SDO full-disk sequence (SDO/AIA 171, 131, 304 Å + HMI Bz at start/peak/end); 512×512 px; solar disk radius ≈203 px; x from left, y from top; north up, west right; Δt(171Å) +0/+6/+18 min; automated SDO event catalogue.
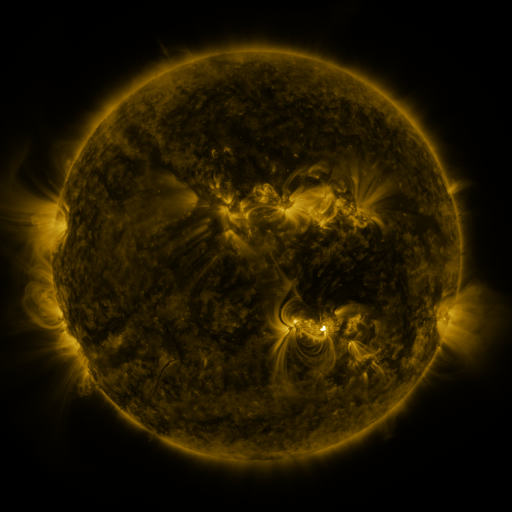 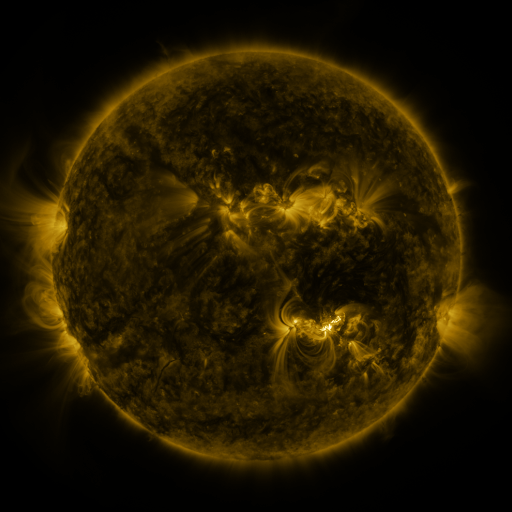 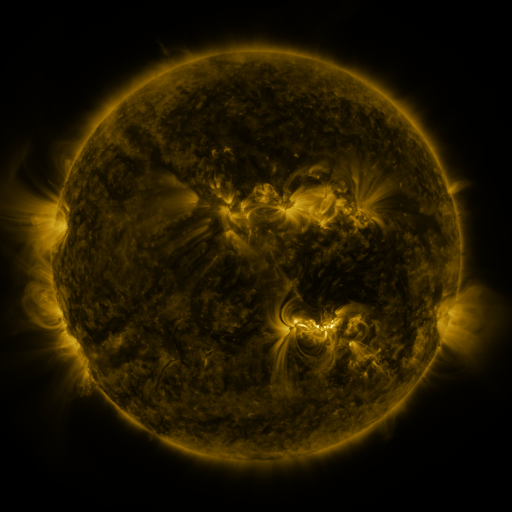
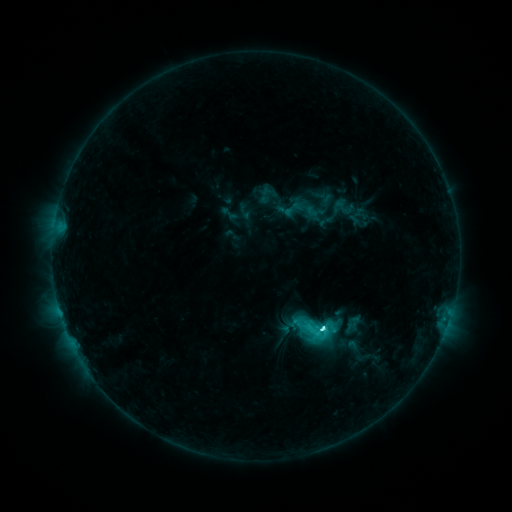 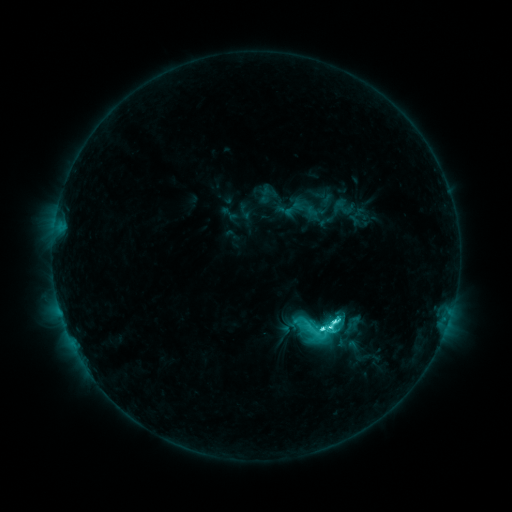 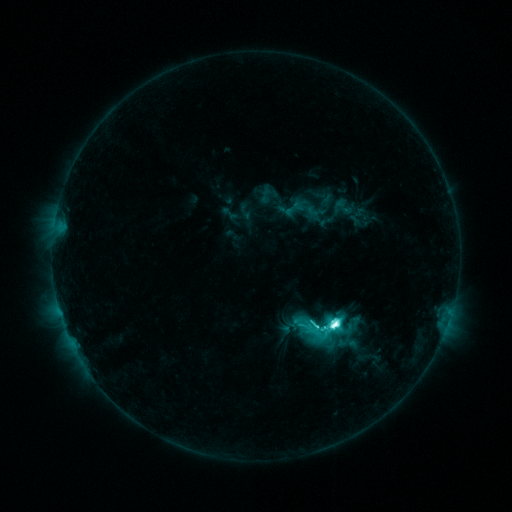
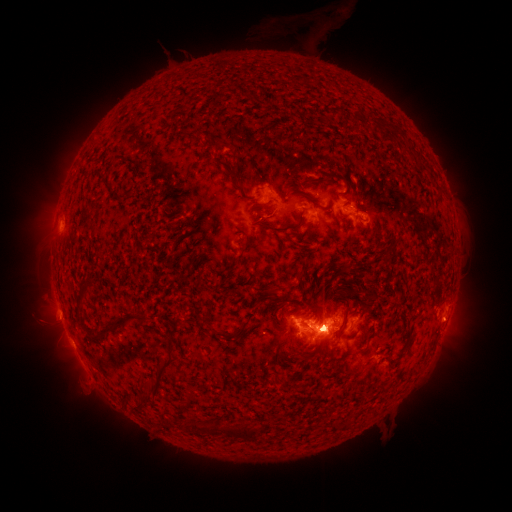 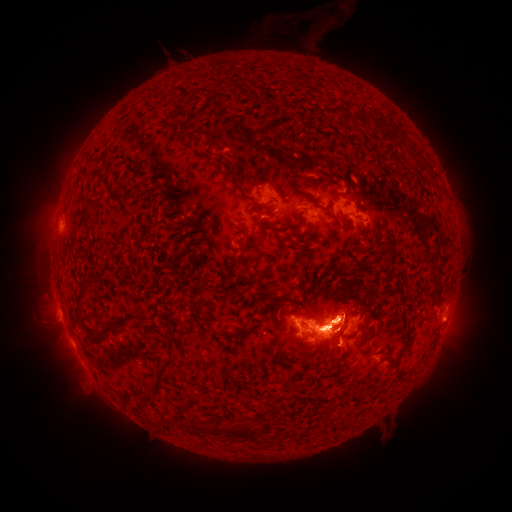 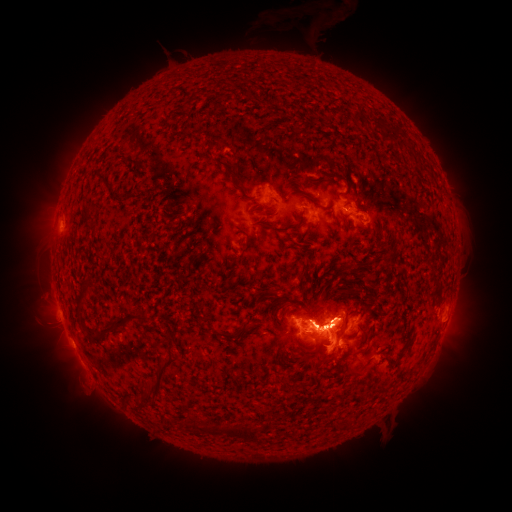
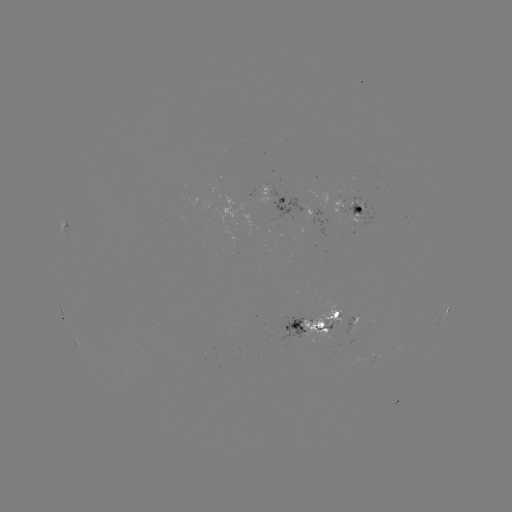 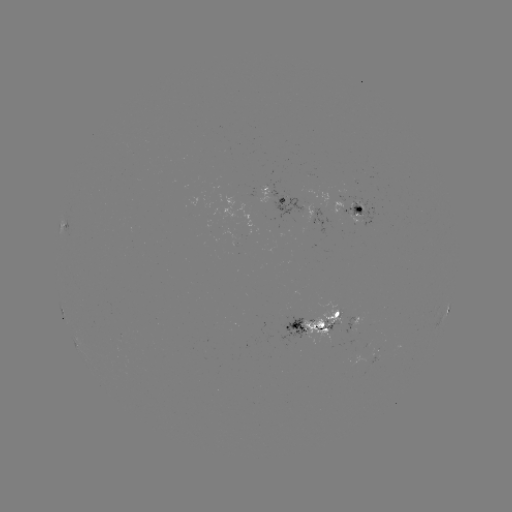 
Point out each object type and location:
eruption: (332, 254)
